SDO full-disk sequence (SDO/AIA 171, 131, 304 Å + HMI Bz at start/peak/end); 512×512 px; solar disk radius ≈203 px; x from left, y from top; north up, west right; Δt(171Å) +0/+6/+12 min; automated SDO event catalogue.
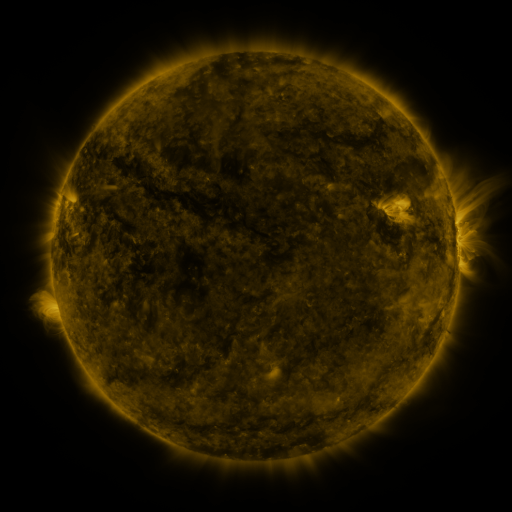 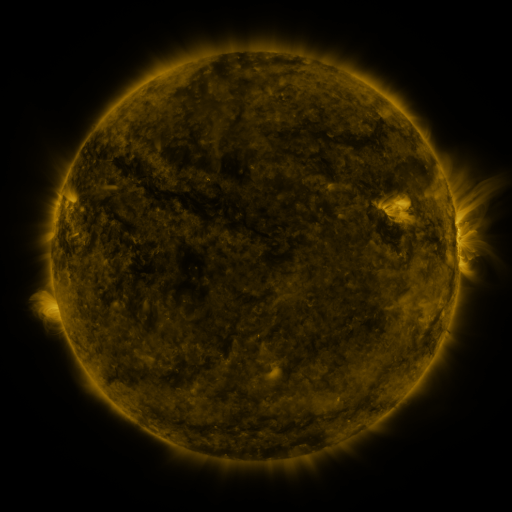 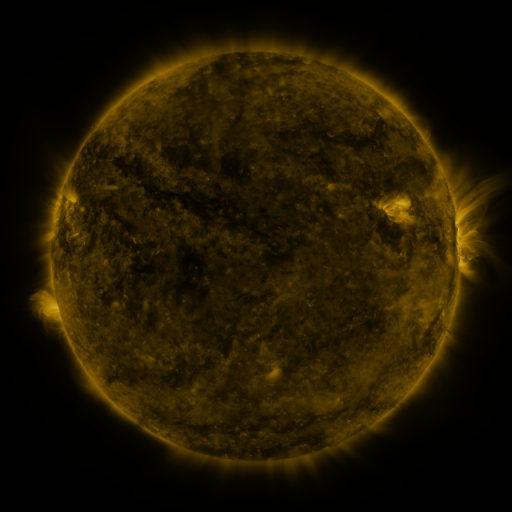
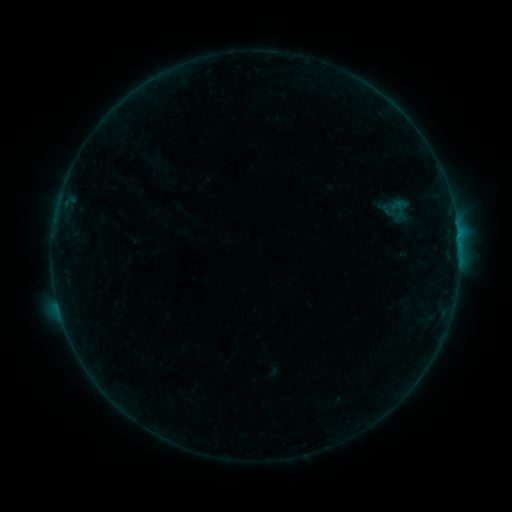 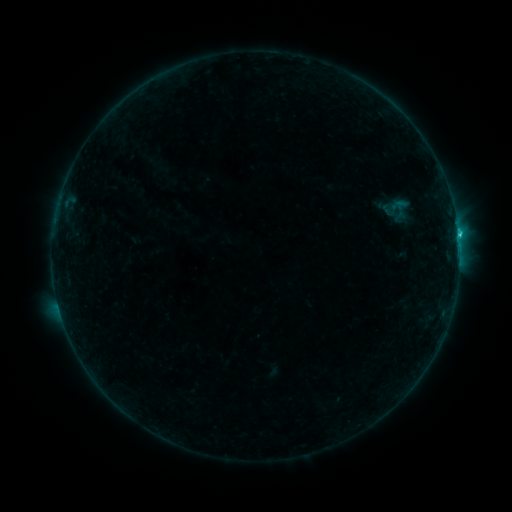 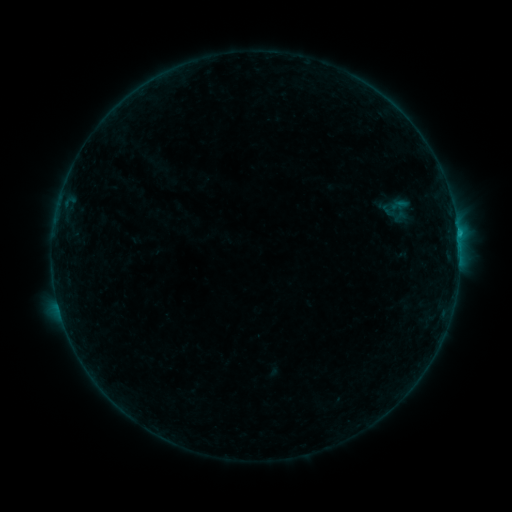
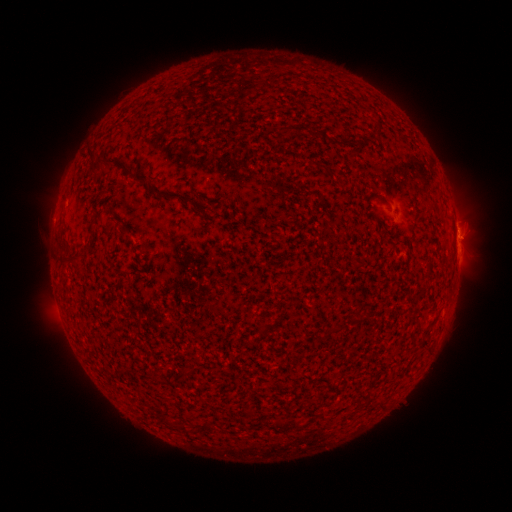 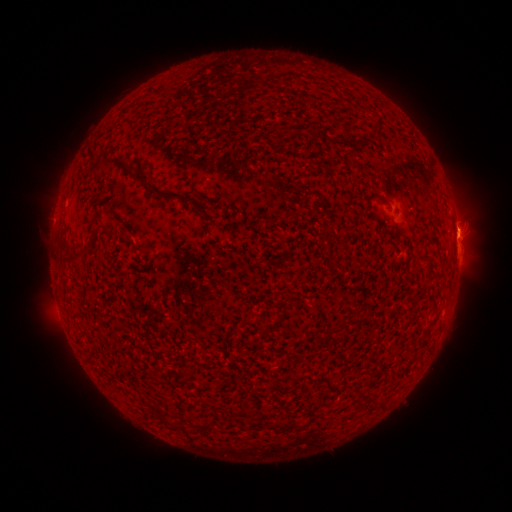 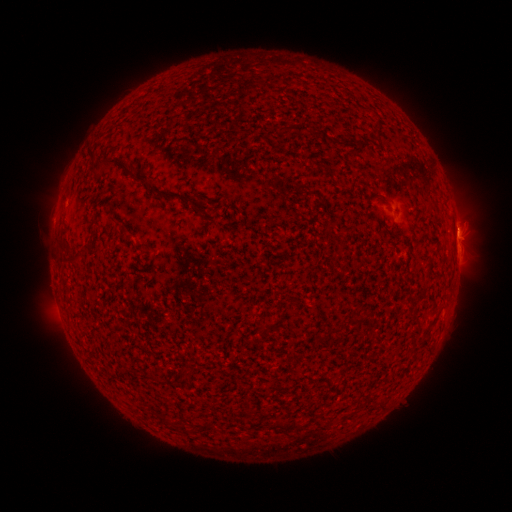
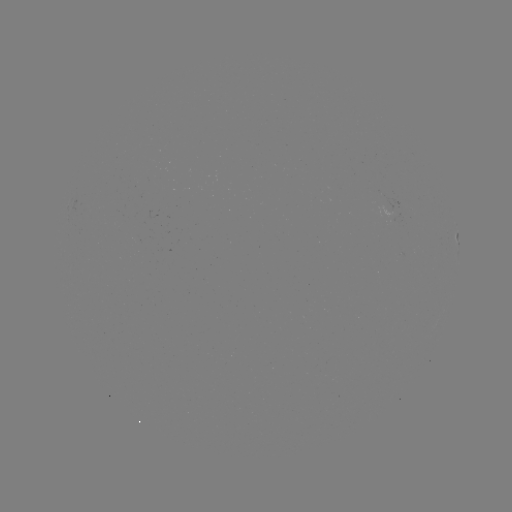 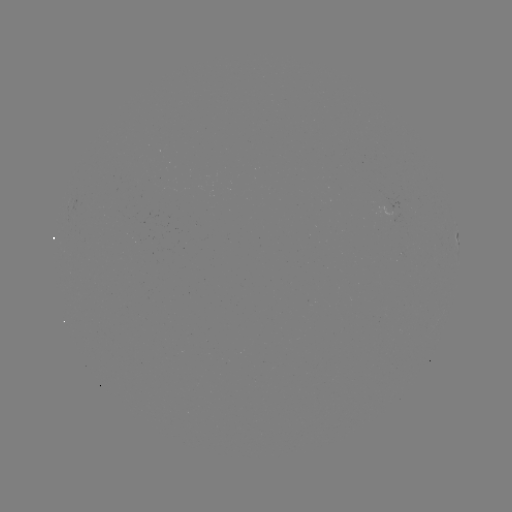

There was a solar flare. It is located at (458, 238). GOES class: B9.2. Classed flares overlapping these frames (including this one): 1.